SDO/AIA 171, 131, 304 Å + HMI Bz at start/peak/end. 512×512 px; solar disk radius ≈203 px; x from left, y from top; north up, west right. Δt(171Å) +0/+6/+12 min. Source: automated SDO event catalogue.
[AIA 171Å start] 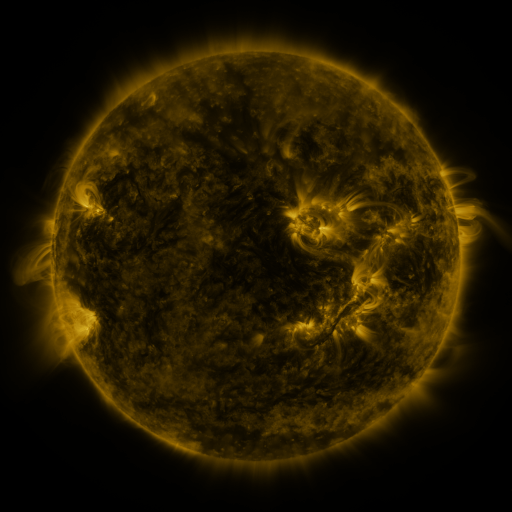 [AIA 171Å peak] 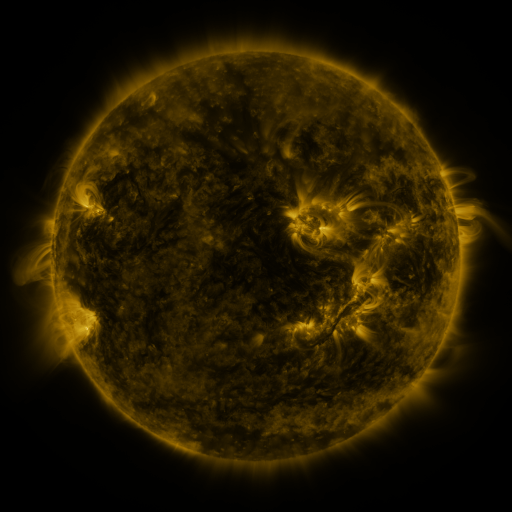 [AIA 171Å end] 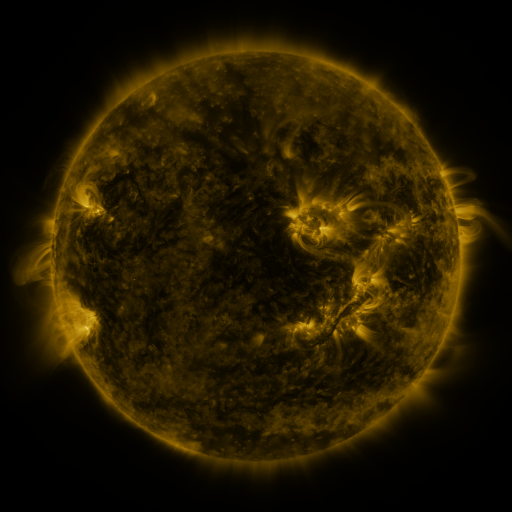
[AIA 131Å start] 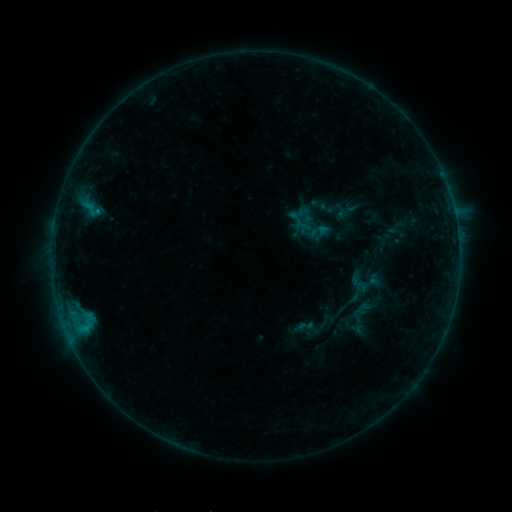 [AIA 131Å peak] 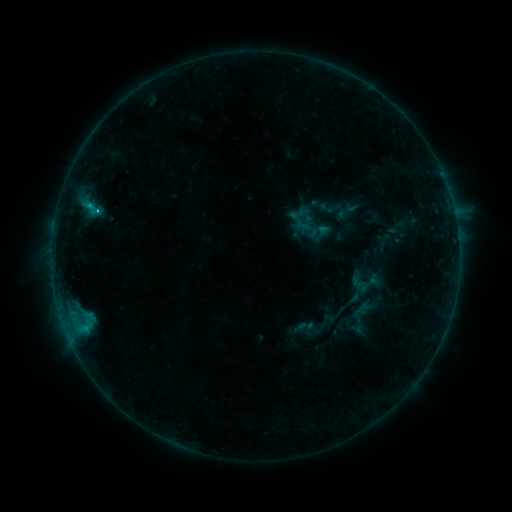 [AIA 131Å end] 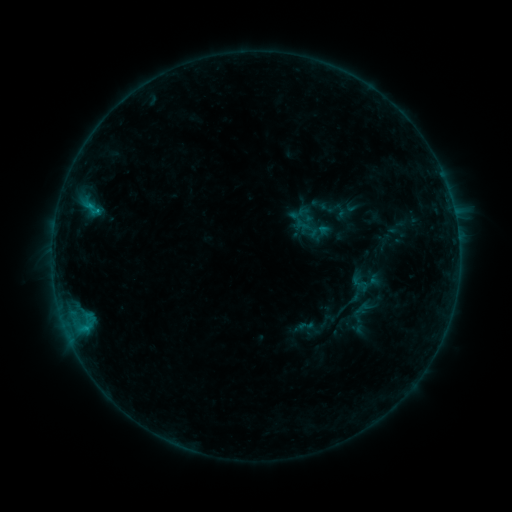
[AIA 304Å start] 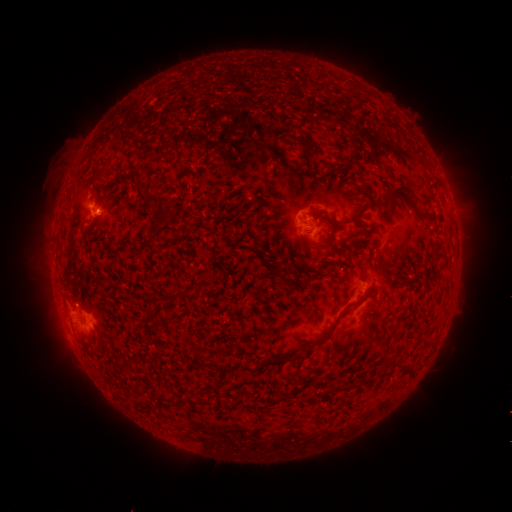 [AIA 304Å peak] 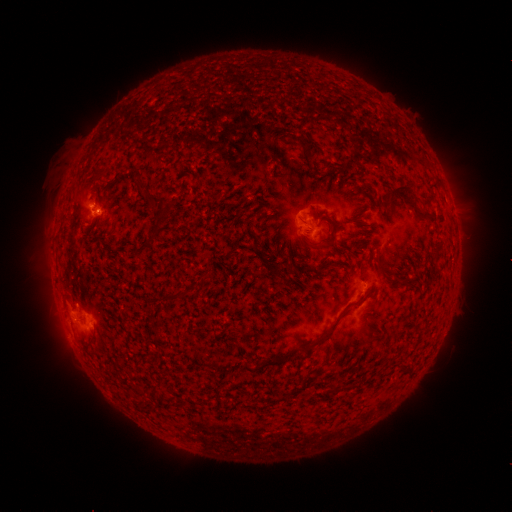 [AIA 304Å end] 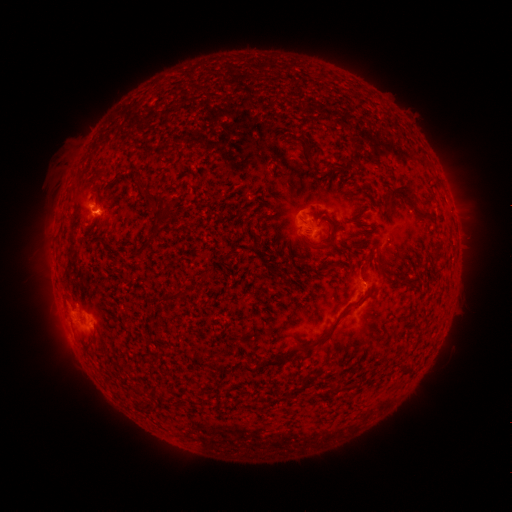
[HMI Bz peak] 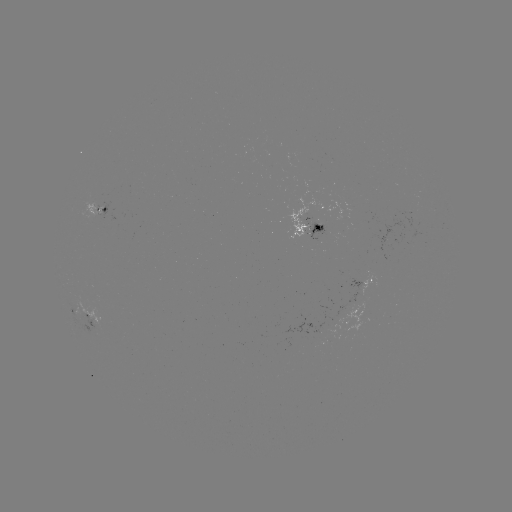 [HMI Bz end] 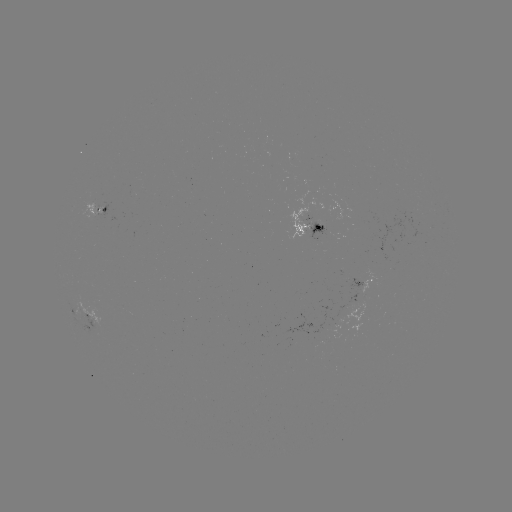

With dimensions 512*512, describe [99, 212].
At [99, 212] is B7.3 flare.